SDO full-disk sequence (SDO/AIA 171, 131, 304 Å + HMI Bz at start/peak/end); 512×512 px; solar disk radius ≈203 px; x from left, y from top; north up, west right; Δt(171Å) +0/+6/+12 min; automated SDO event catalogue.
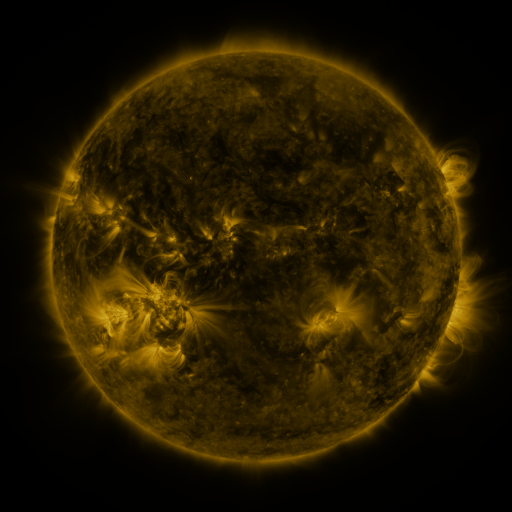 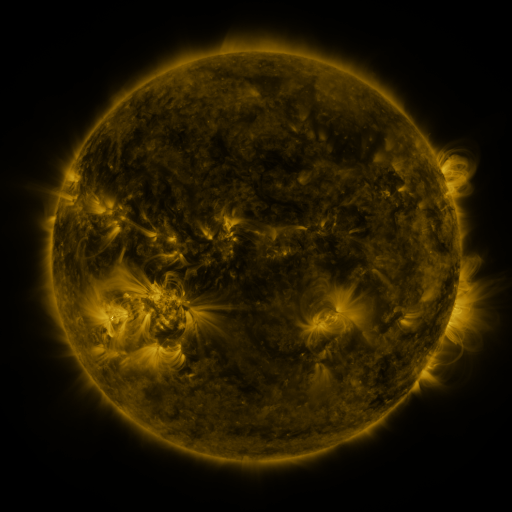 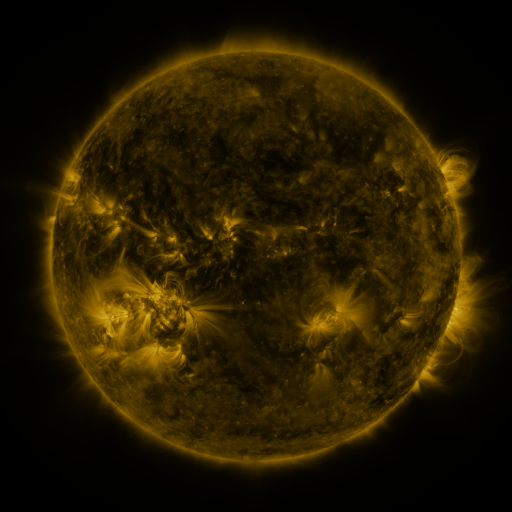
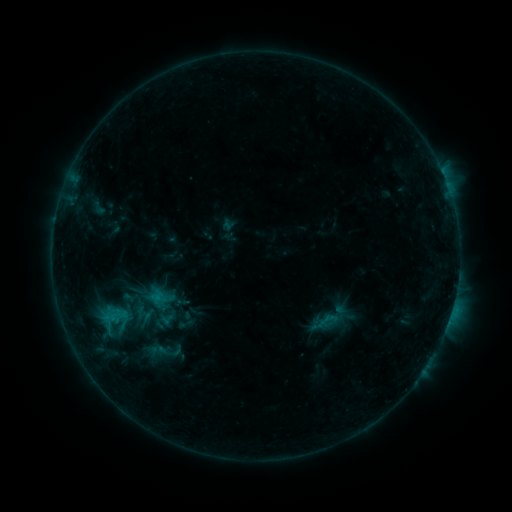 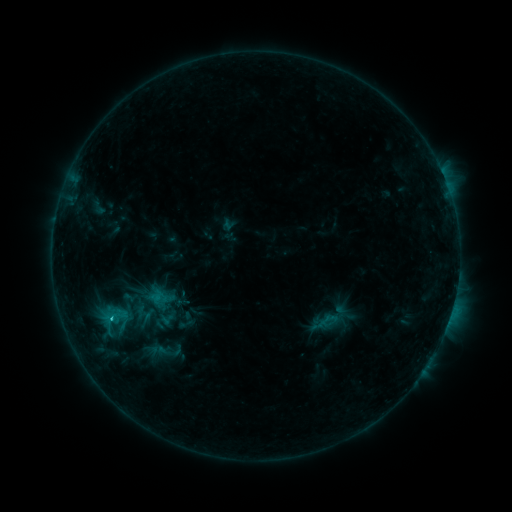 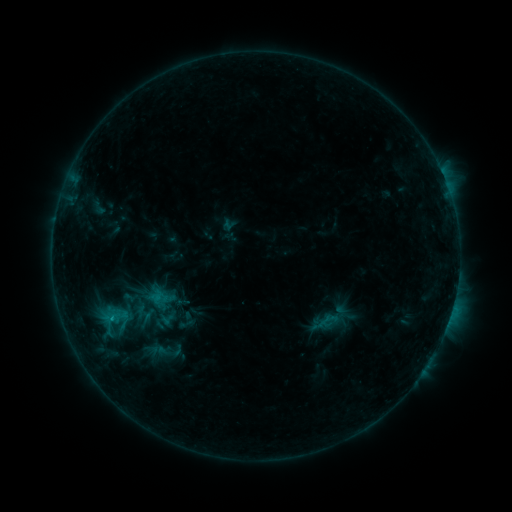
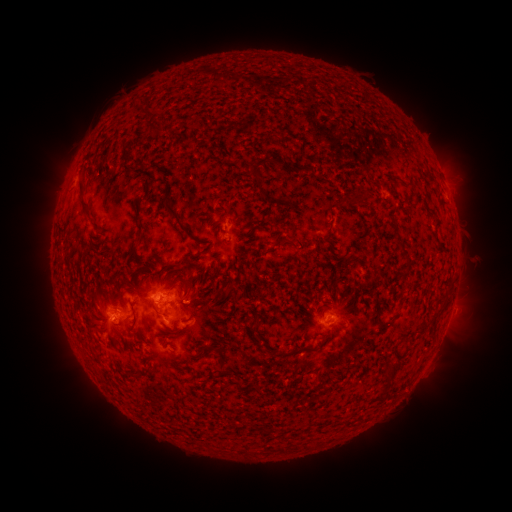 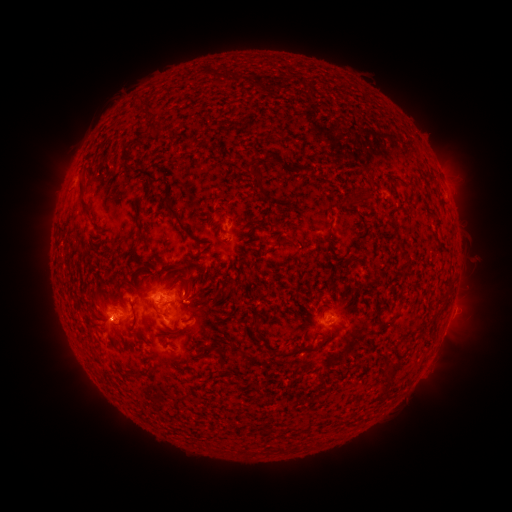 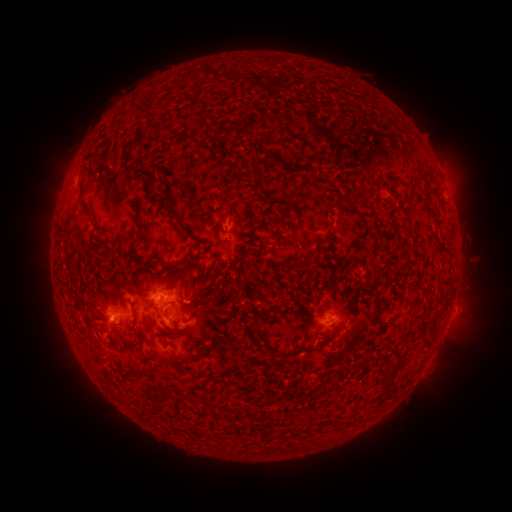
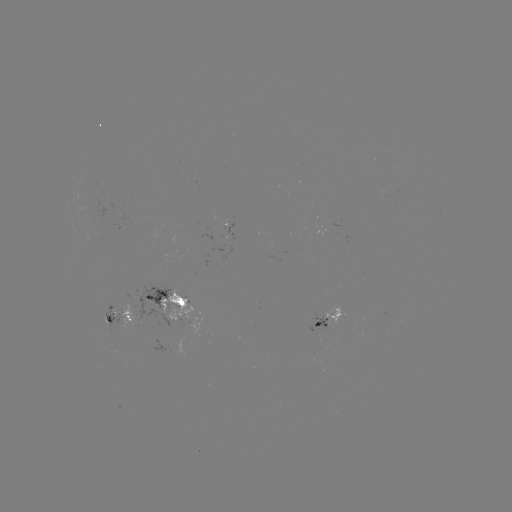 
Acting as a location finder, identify B9.6 flare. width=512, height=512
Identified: (112, 320).